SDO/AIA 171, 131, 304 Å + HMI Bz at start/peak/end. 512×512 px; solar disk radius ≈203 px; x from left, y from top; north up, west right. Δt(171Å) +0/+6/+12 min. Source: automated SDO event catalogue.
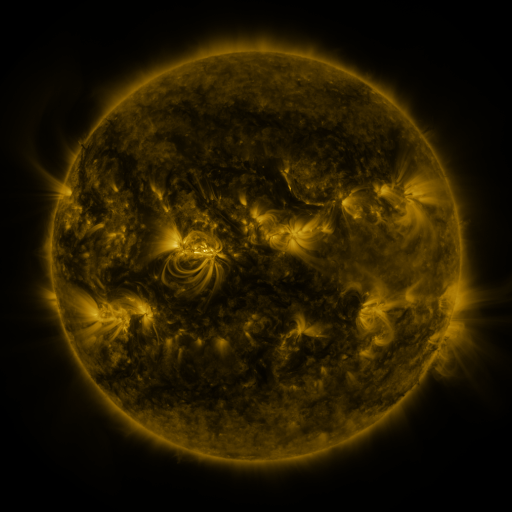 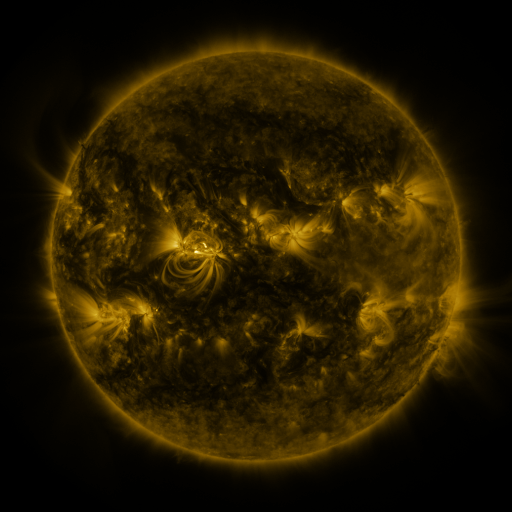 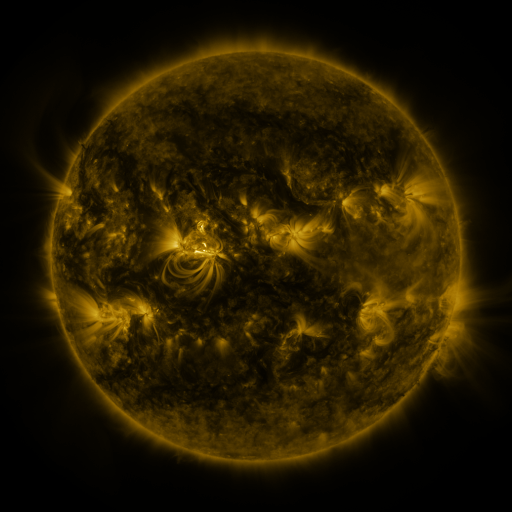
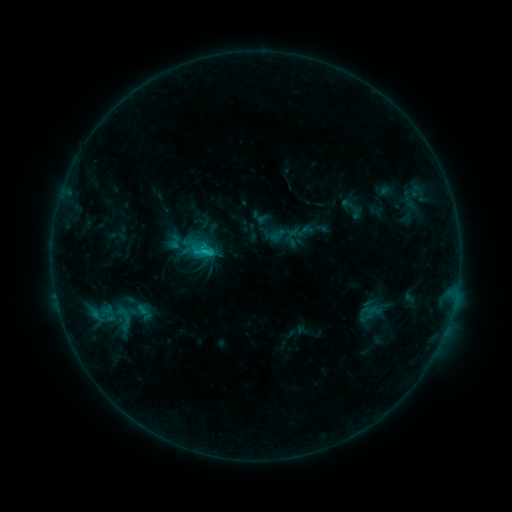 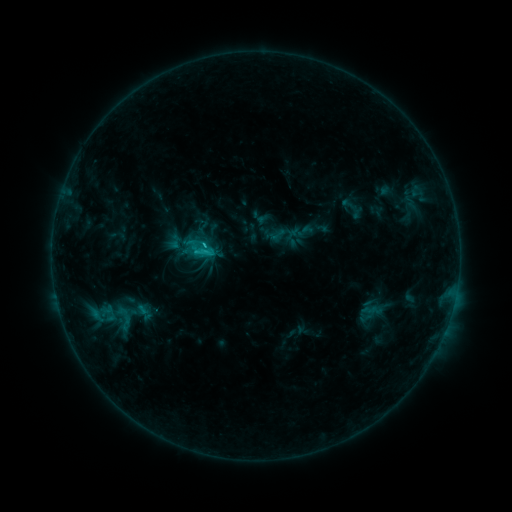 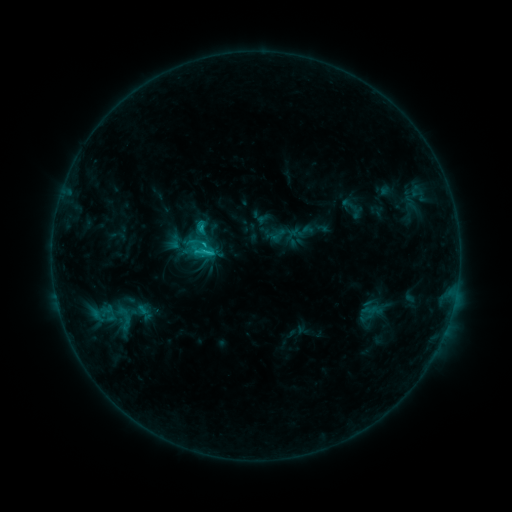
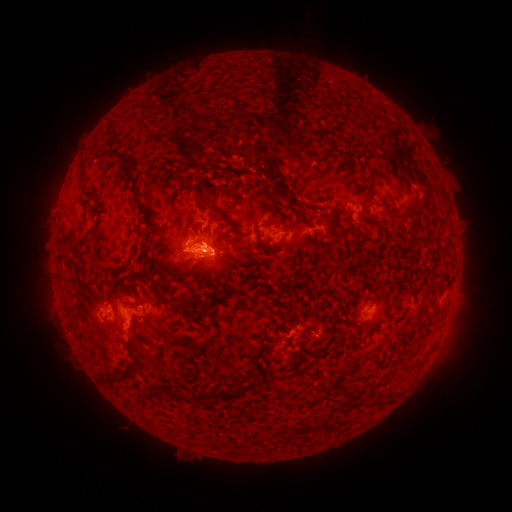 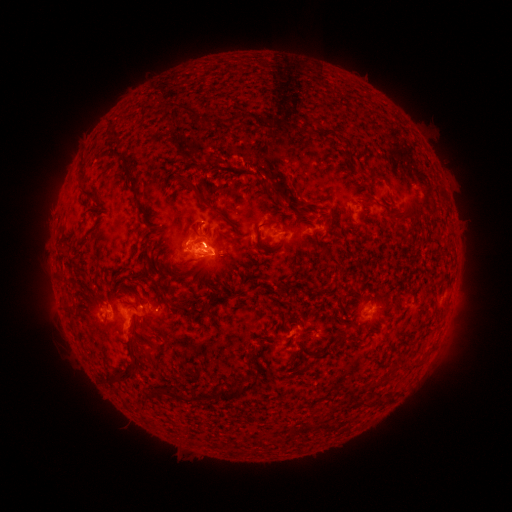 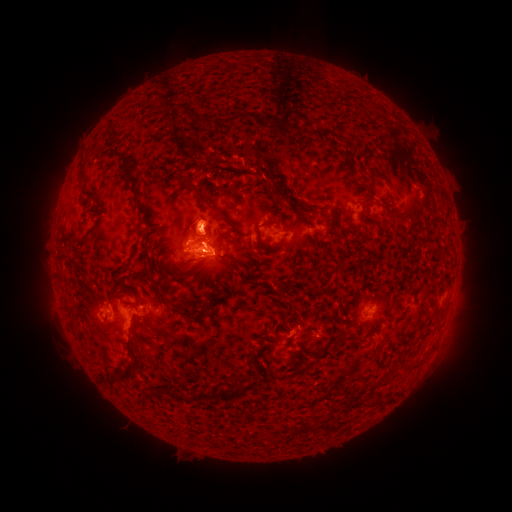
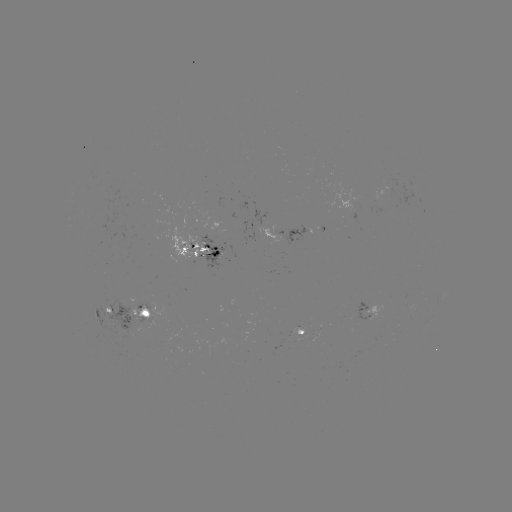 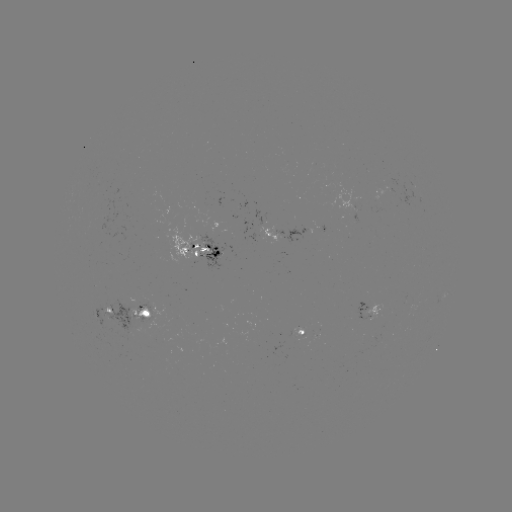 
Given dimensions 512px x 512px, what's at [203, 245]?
C2.1 flare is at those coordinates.